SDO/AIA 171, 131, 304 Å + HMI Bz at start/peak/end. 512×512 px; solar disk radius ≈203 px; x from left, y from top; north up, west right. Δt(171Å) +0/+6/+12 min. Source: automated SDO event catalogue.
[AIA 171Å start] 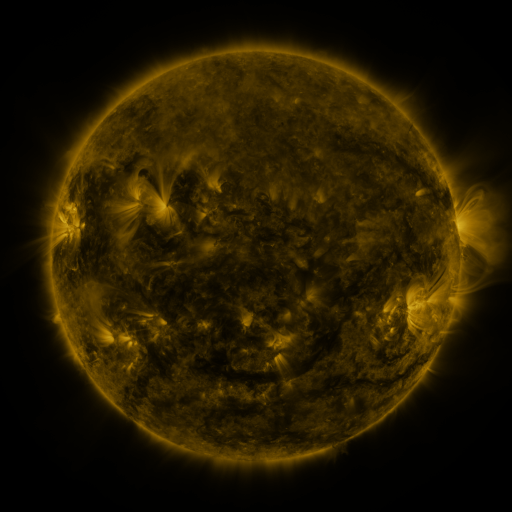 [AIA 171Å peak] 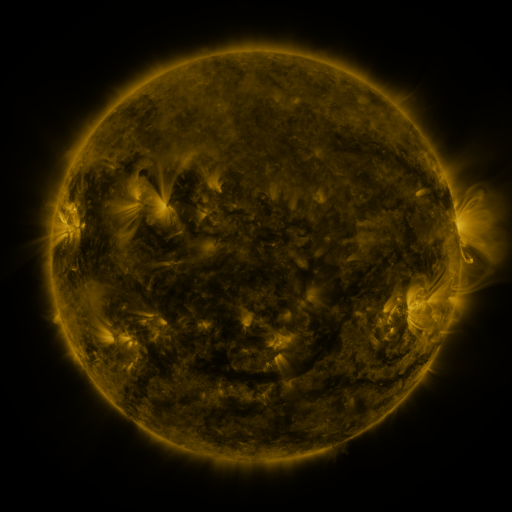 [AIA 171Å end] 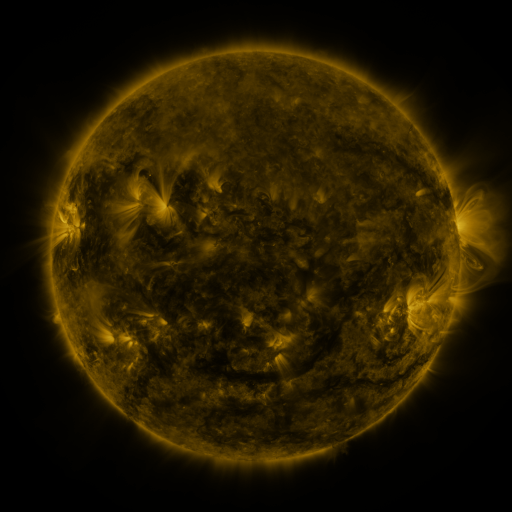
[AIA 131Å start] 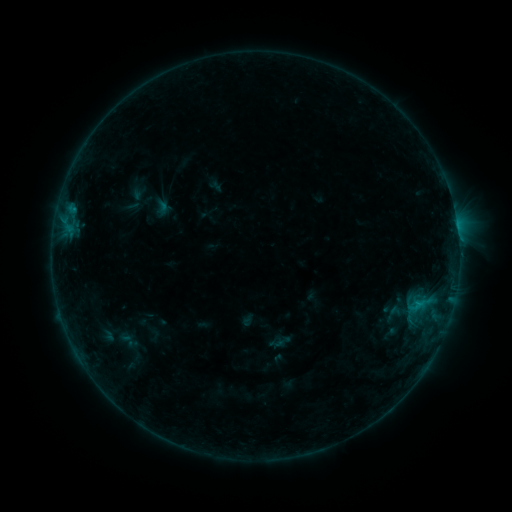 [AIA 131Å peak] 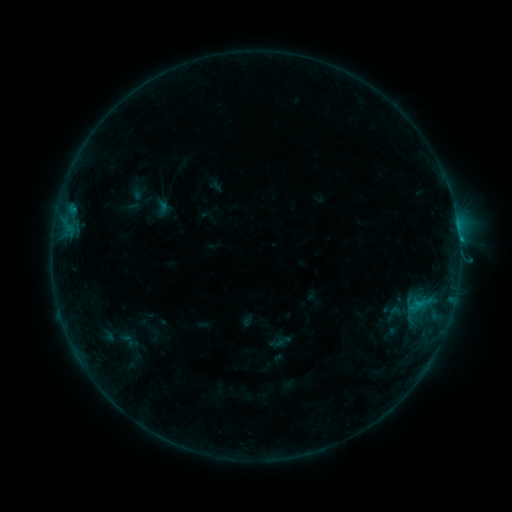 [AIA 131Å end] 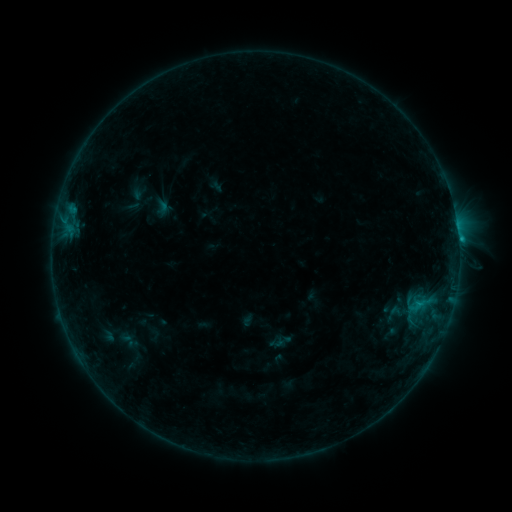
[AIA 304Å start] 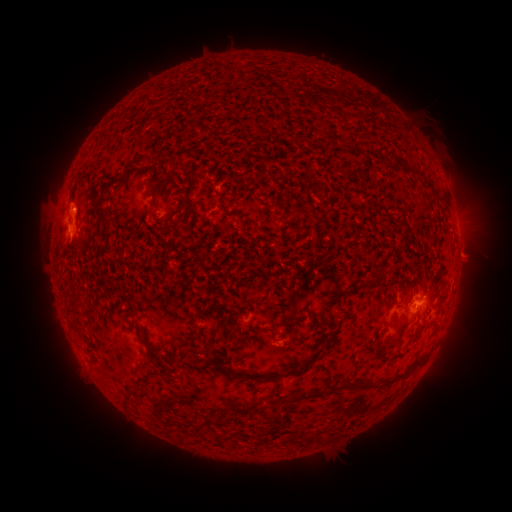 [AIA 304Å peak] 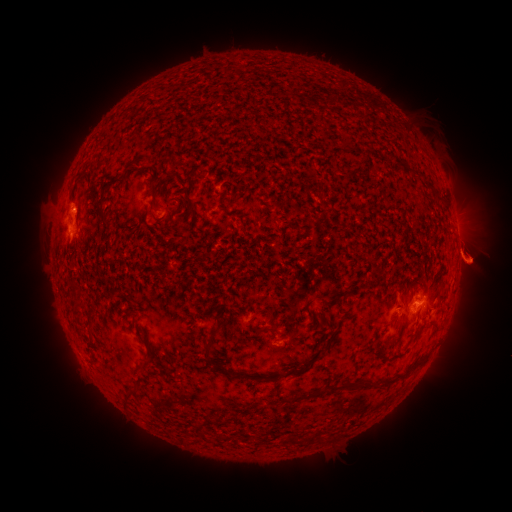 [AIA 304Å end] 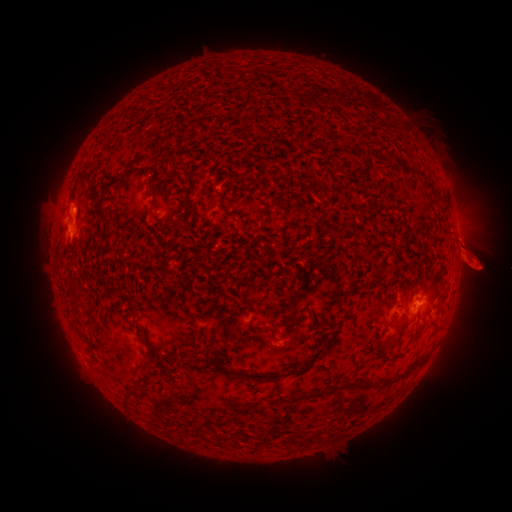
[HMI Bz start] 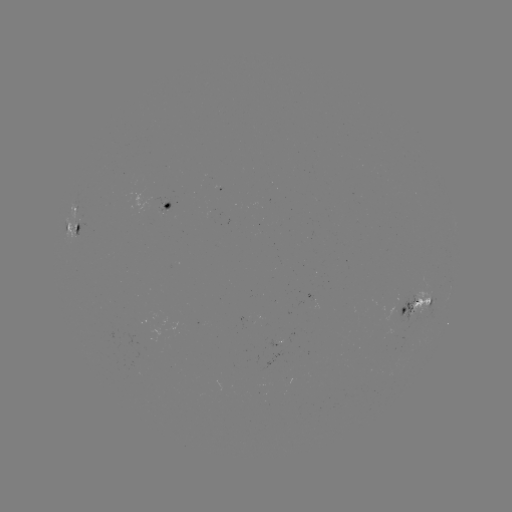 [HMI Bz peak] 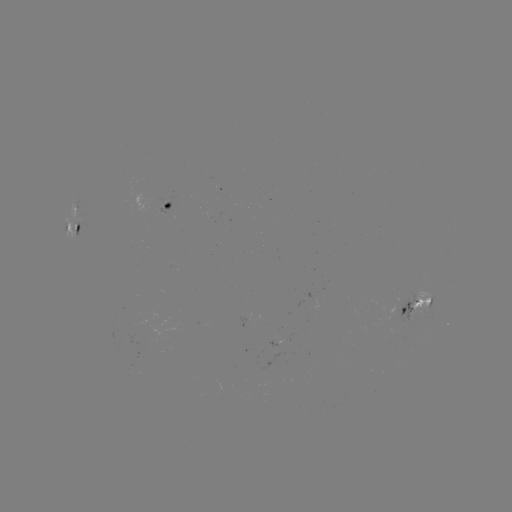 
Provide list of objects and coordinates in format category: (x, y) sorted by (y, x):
eruption: (478, 215)
